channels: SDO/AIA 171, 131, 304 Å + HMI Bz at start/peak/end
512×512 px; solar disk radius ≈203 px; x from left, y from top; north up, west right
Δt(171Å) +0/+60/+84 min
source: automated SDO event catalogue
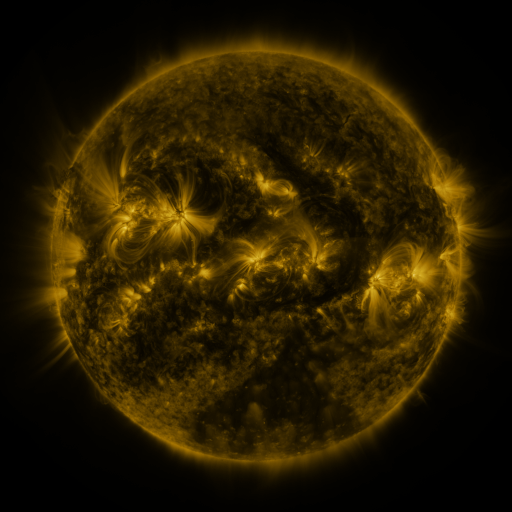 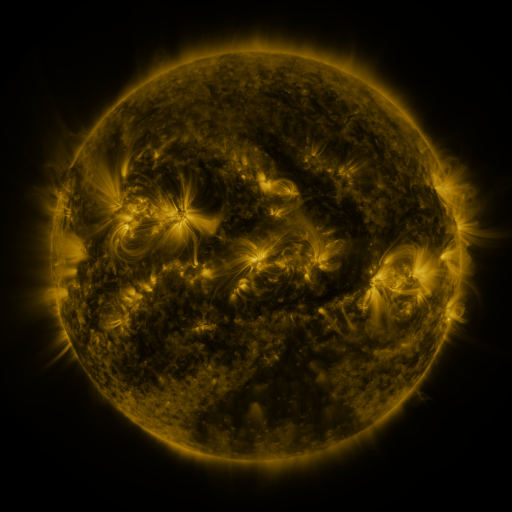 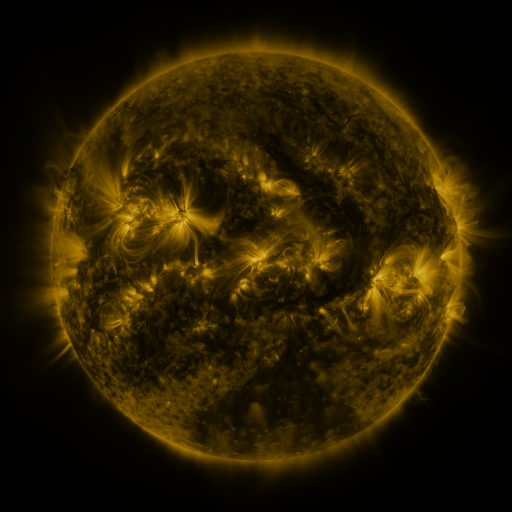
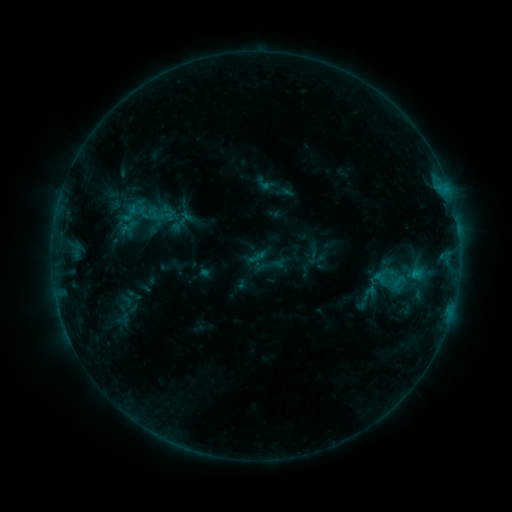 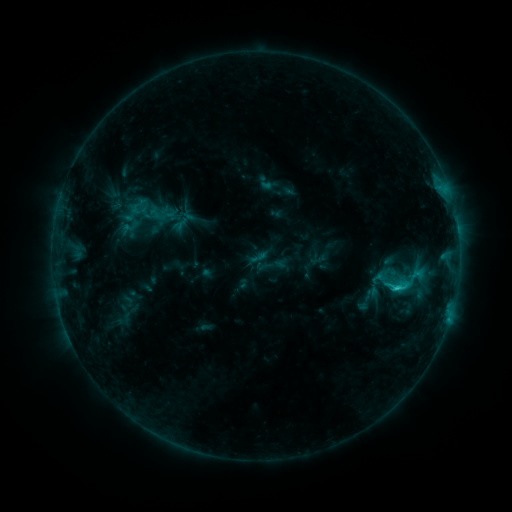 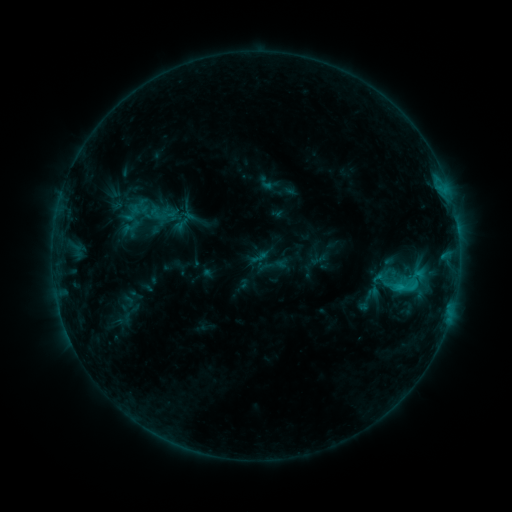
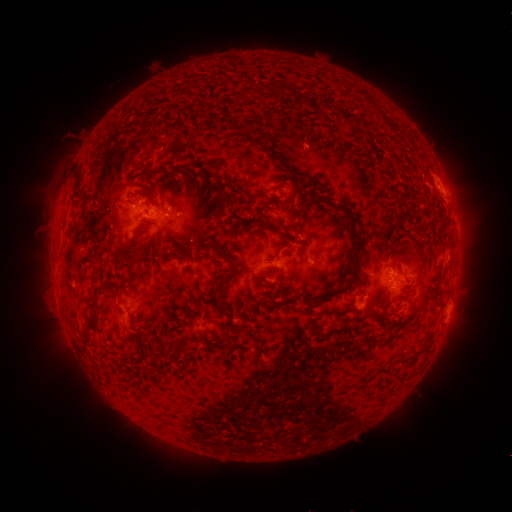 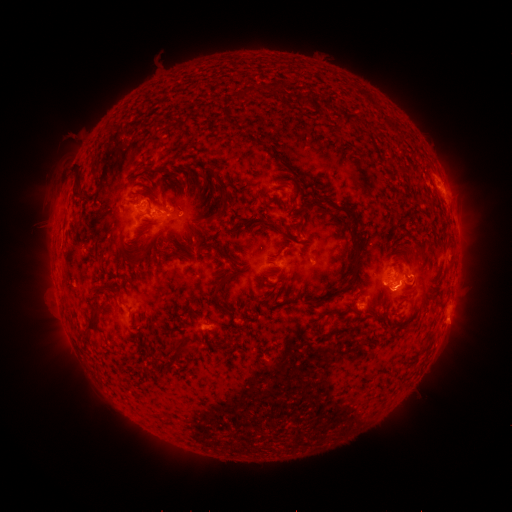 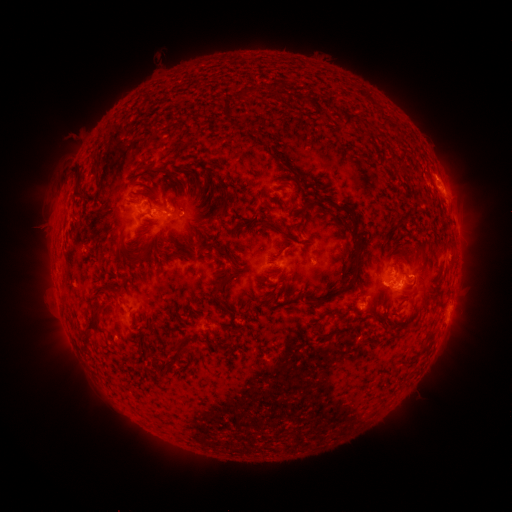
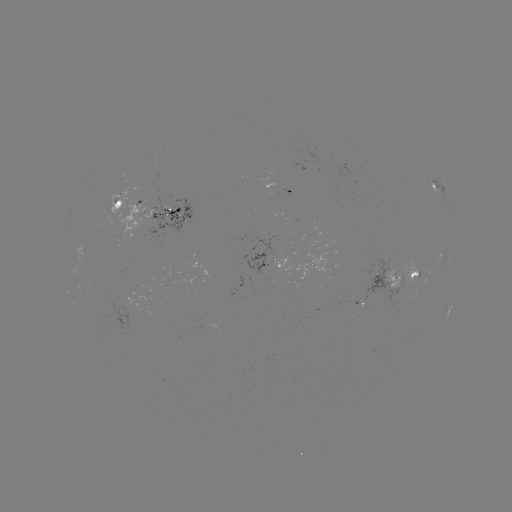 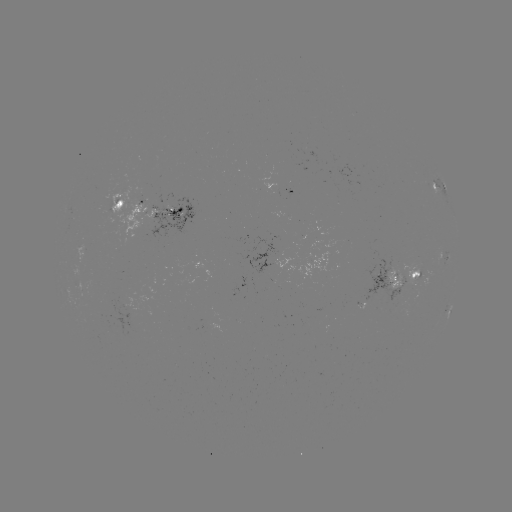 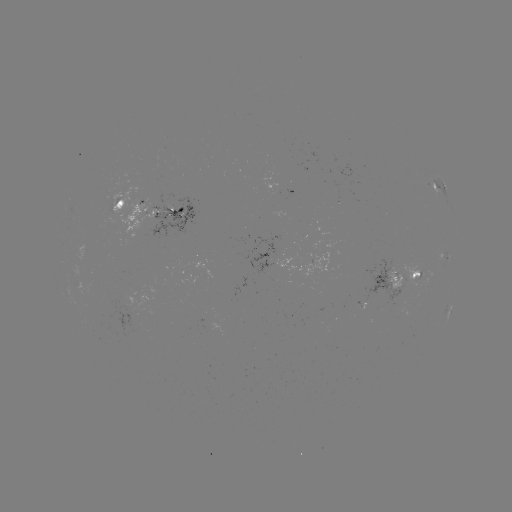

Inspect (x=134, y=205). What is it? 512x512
emerging-flux region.